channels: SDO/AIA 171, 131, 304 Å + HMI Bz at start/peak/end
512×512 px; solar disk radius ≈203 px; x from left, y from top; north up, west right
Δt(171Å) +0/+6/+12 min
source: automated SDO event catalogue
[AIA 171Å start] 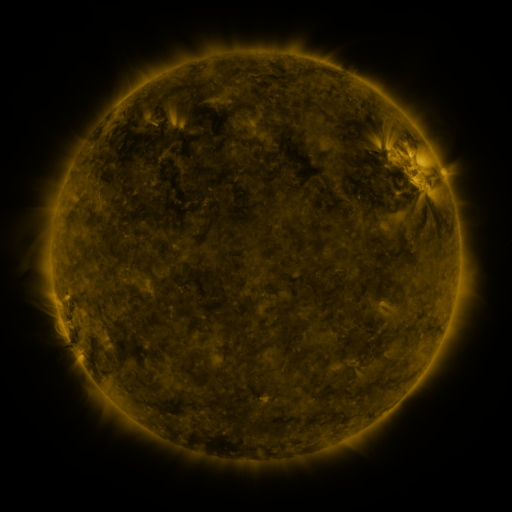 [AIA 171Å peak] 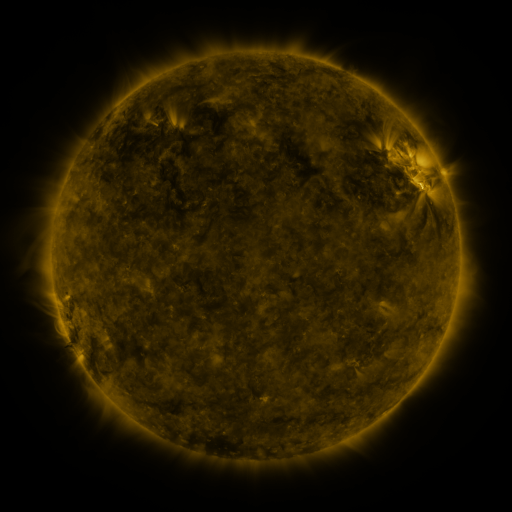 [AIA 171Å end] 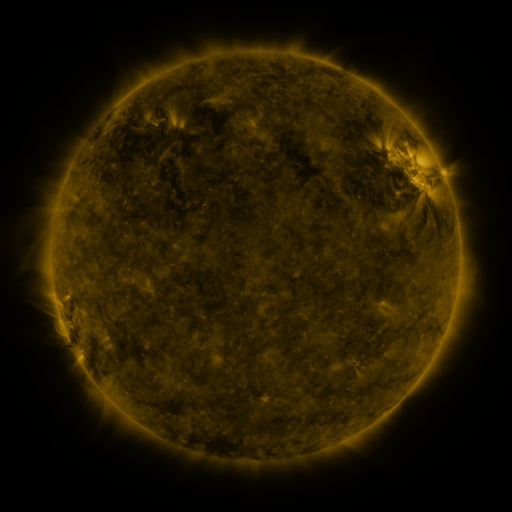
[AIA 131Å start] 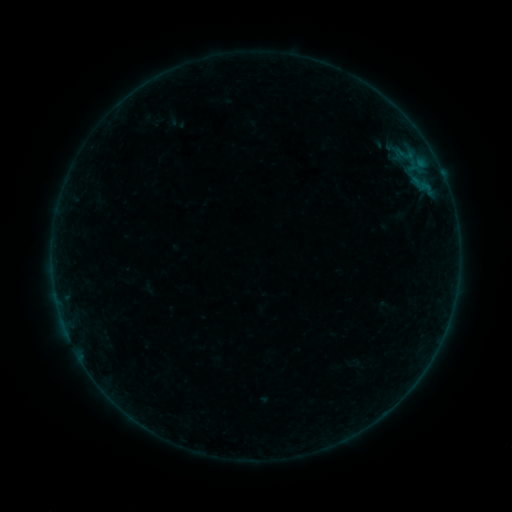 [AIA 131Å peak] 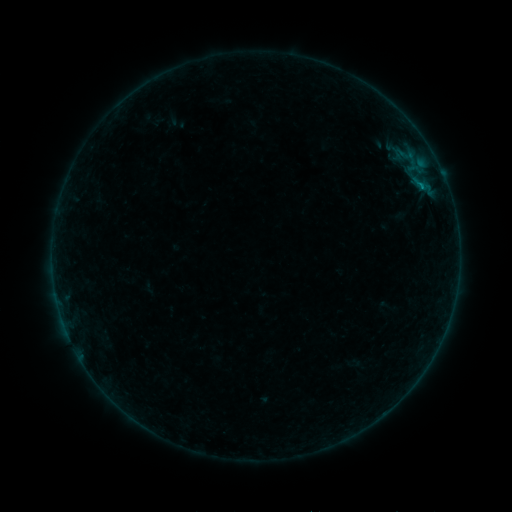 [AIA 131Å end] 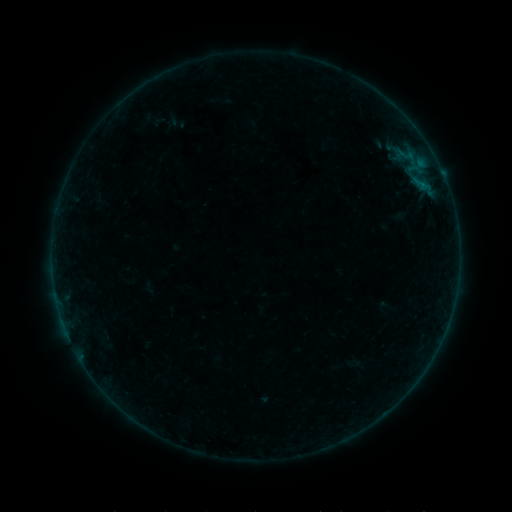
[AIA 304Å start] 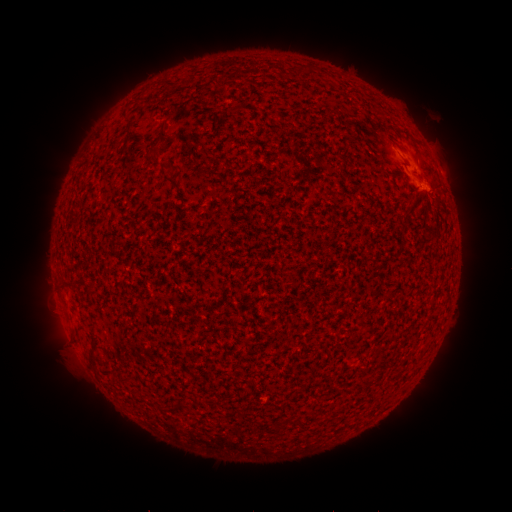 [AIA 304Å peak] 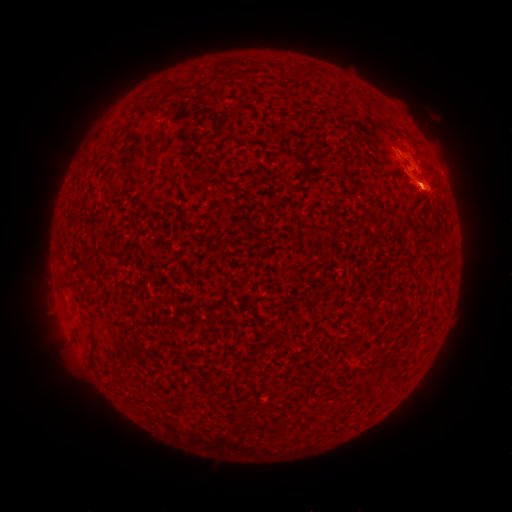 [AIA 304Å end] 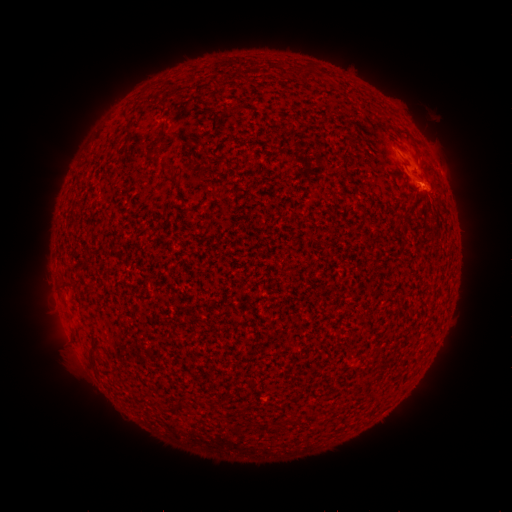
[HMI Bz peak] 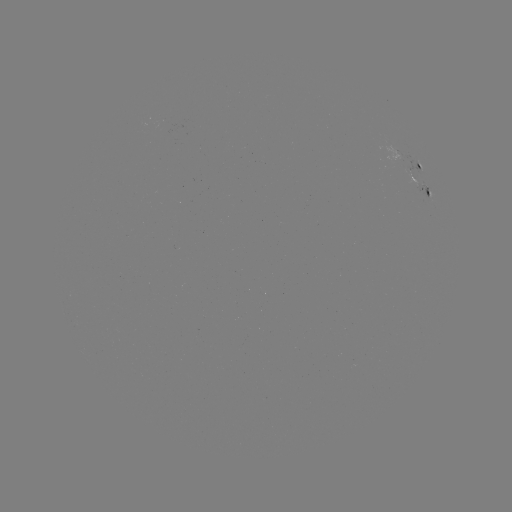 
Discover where B1.5 flare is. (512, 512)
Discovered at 421,186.